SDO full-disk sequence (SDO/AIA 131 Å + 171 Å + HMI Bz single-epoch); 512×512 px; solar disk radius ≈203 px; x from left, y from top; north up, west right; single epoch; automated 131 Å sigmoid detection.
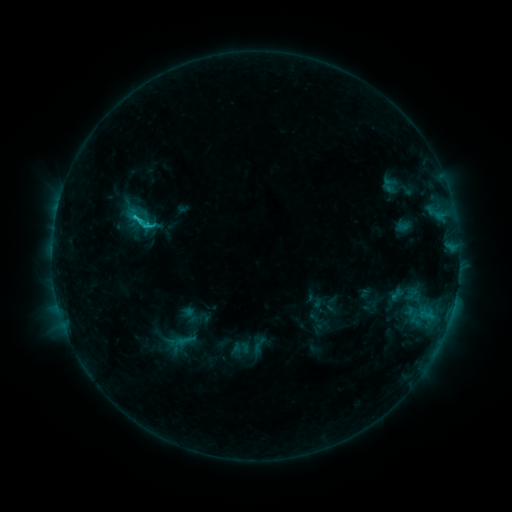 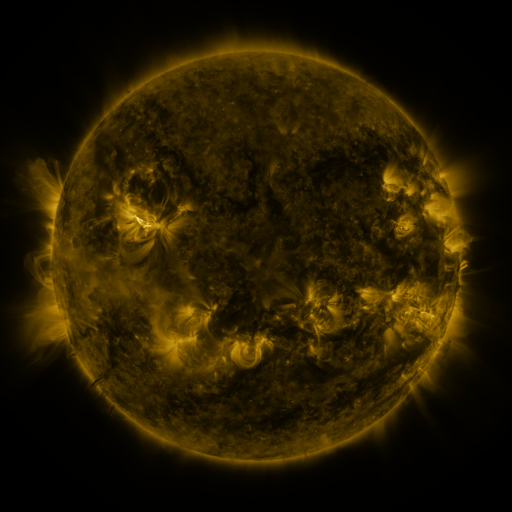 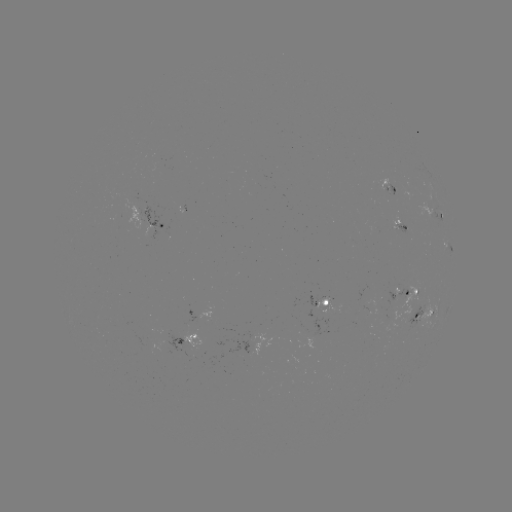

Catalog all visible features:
sigmoid: (141, 219)
sigmoid: (259, 345)
